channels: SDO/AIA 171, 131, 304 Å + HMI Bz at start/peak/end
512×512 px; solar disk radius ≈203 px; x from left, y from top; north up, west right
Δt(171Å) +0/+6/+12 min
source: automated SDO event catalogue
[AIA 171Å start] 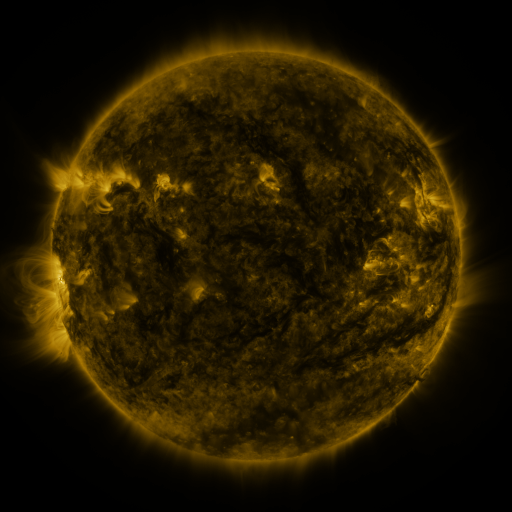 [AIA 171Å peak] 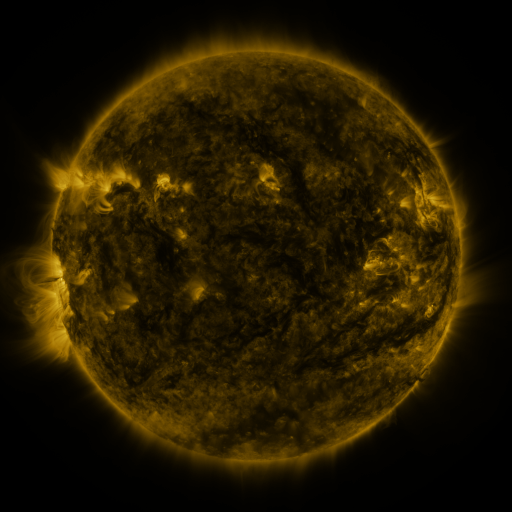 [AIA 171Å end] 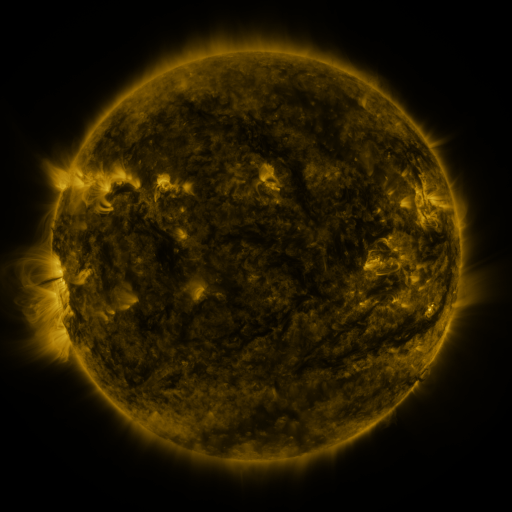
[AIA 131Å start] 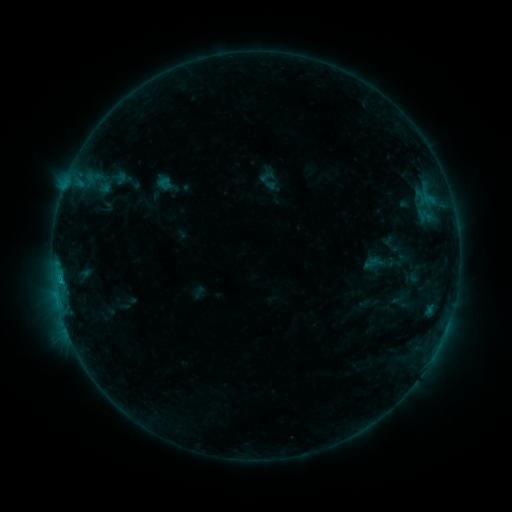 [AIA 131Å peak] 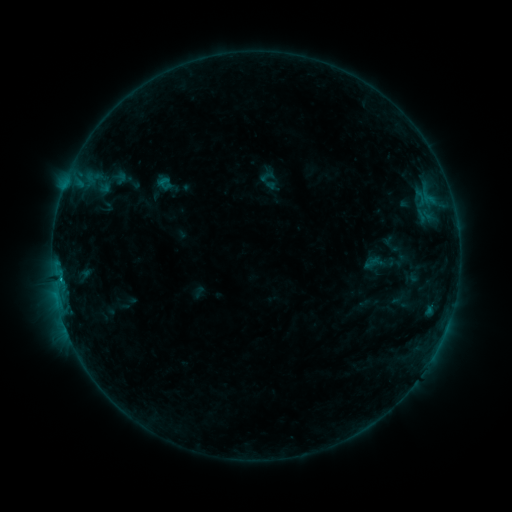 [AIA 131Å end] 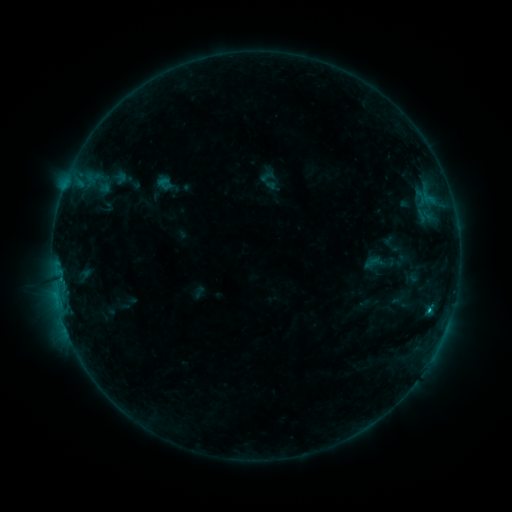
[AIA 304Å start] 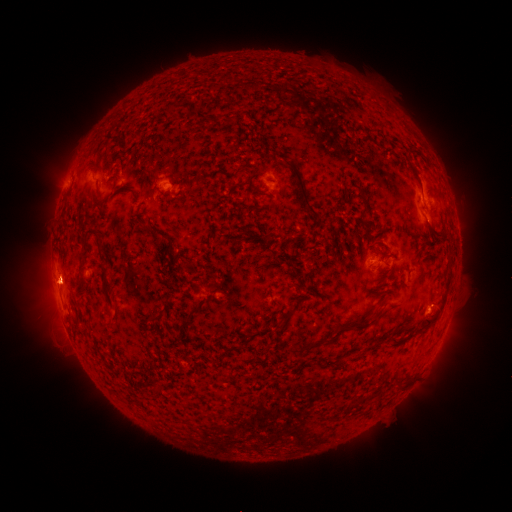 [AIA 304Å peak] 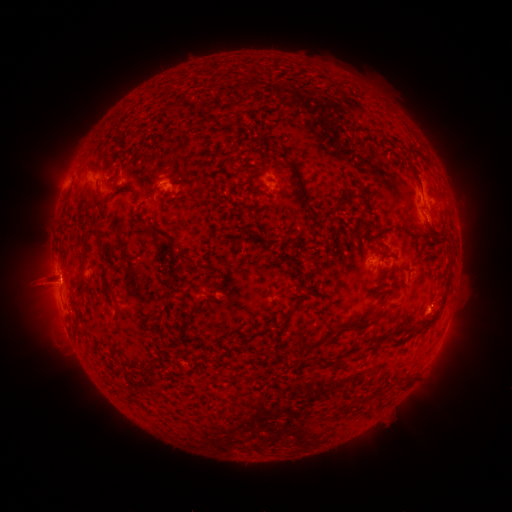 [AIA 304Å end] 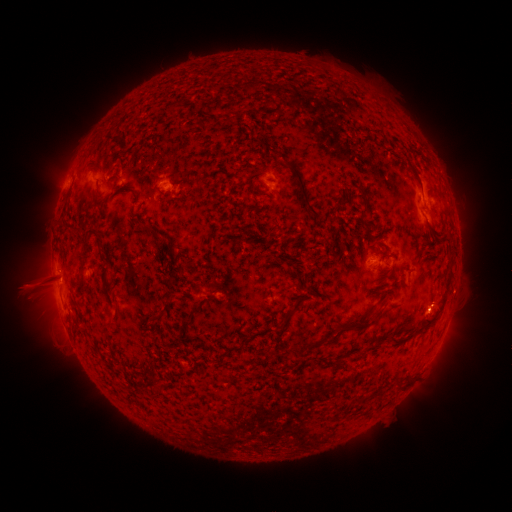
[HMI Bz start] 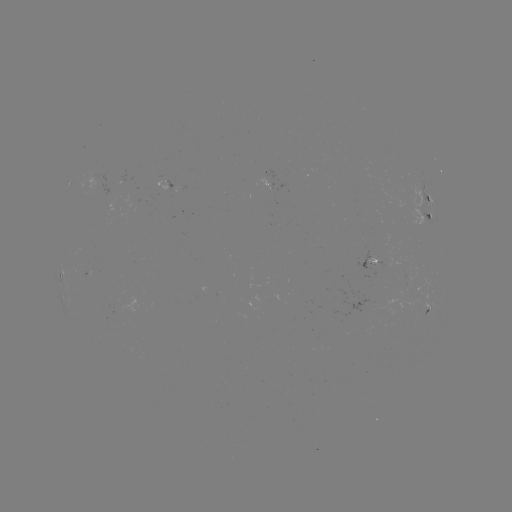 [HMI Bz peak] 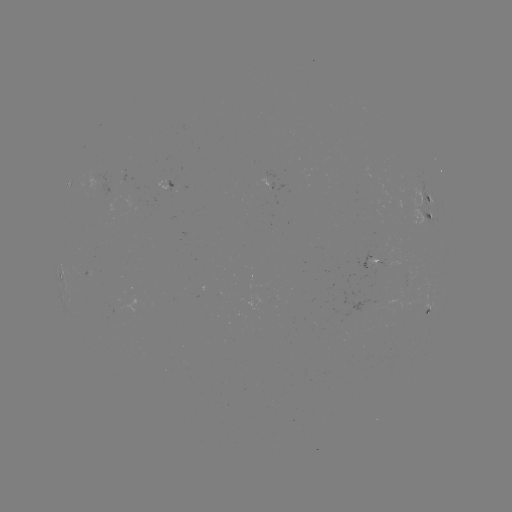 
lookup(eruption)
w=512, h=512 49,285